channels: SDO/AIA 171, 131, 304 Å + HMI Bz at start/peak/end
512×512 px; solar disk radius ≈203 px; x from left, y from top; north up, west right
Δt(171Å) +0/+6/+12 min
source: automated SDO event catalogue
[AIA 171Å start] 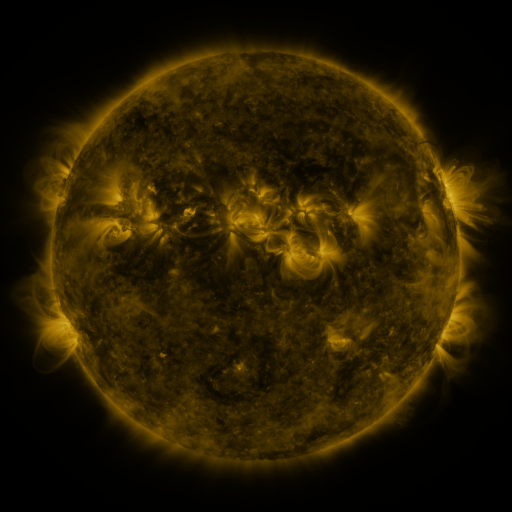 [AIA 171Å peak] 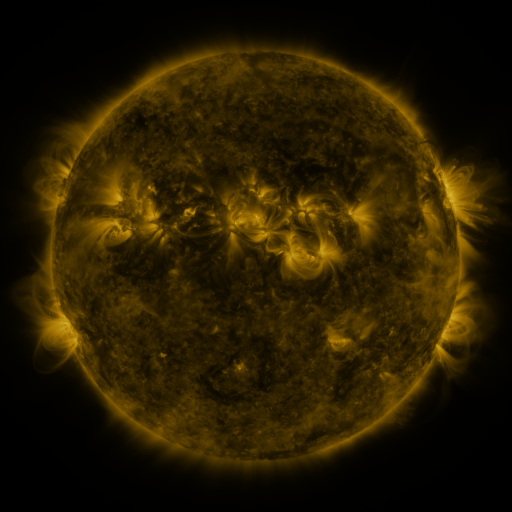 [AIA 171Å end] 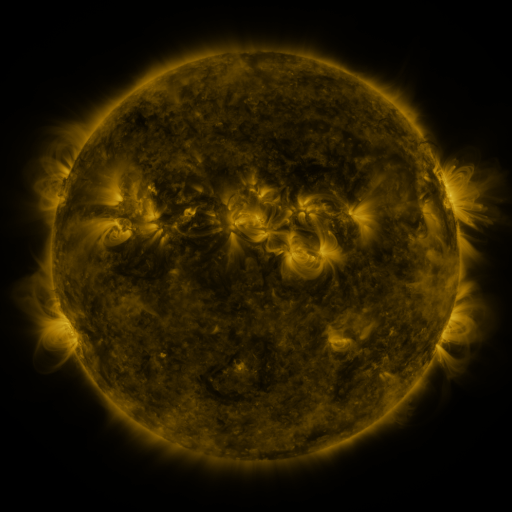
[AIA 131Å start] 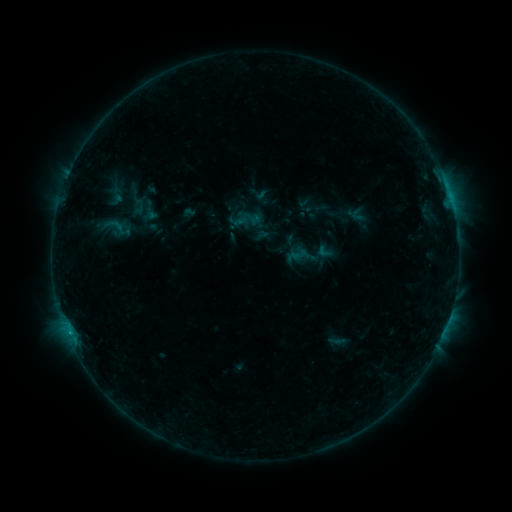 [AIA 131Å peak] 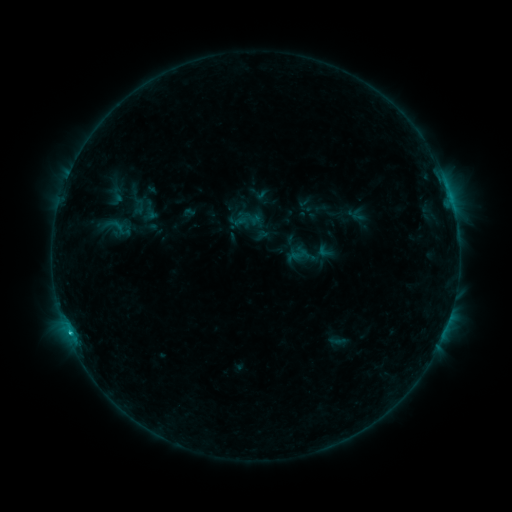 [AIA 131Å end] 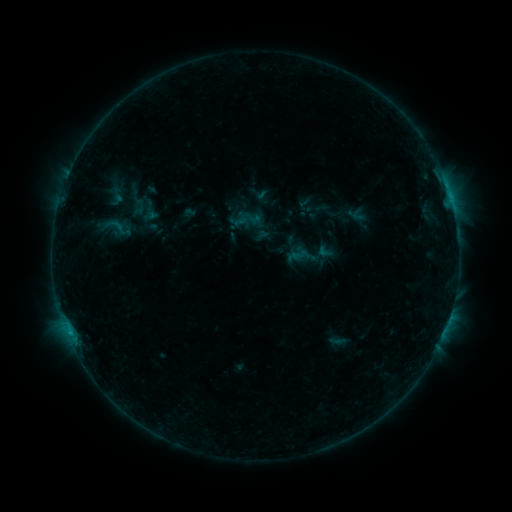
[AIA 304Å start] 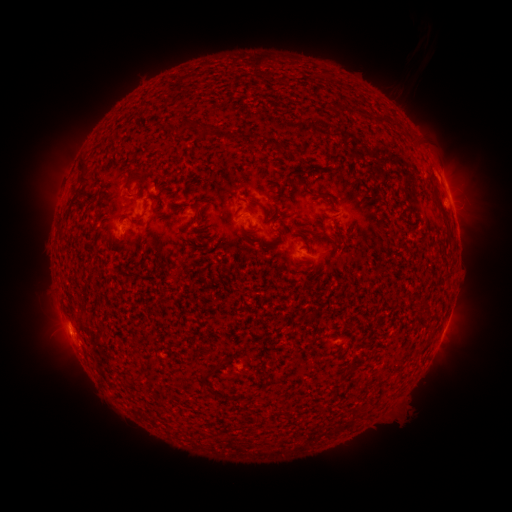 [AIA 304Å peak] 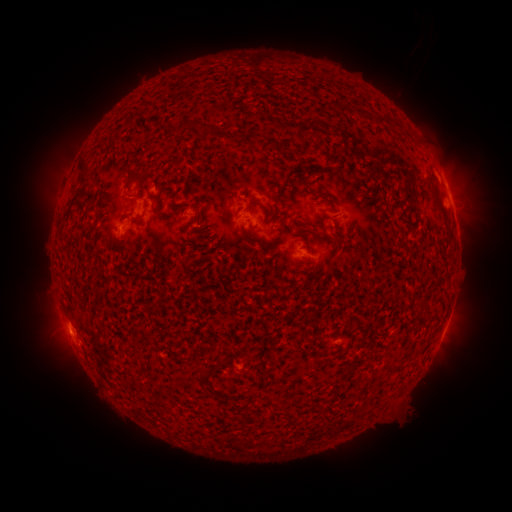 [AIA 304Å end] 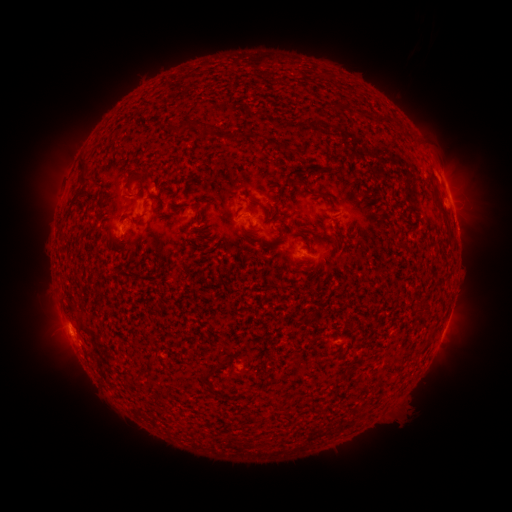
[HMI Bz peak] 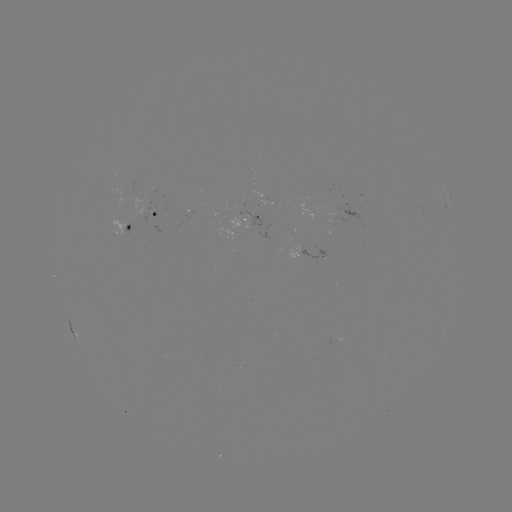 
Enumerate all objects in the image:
B5.4 flare: (70, 330)
